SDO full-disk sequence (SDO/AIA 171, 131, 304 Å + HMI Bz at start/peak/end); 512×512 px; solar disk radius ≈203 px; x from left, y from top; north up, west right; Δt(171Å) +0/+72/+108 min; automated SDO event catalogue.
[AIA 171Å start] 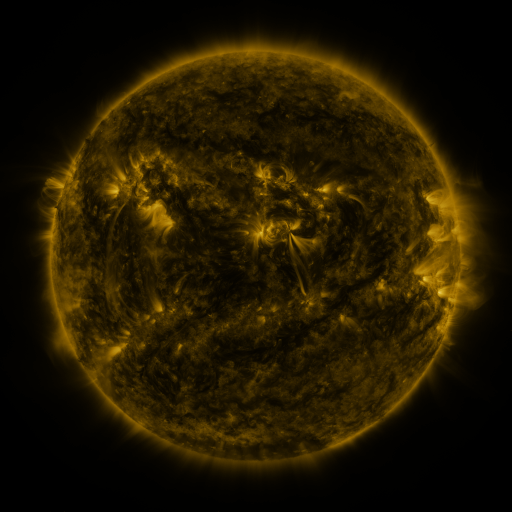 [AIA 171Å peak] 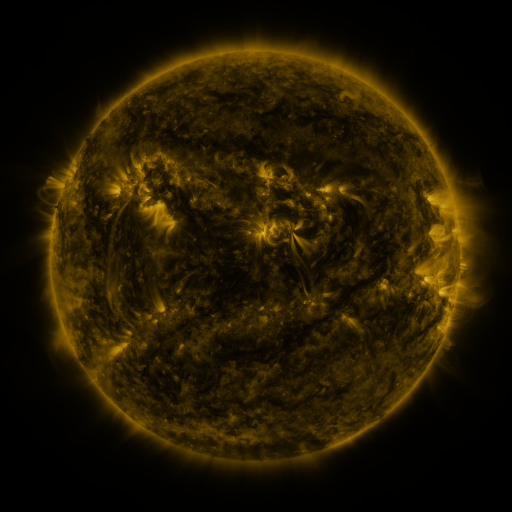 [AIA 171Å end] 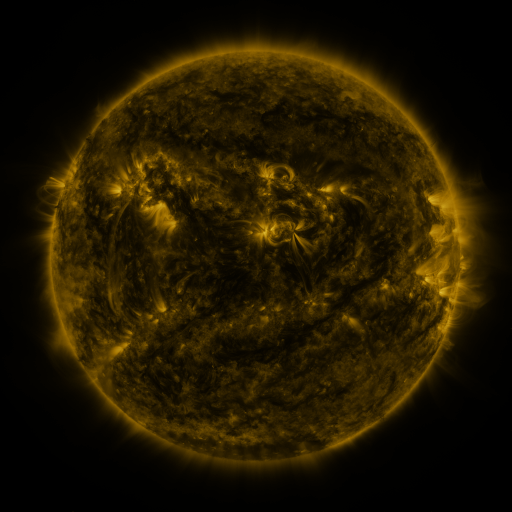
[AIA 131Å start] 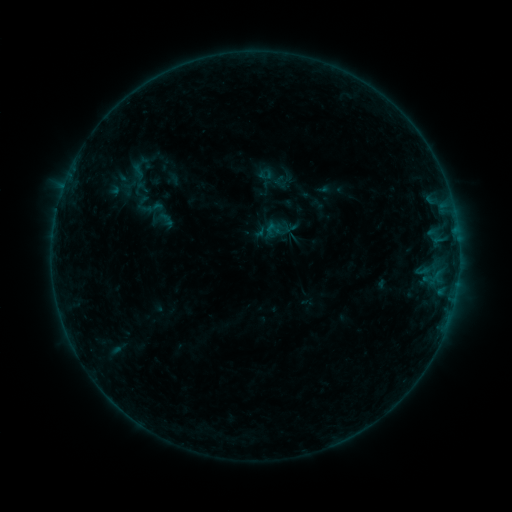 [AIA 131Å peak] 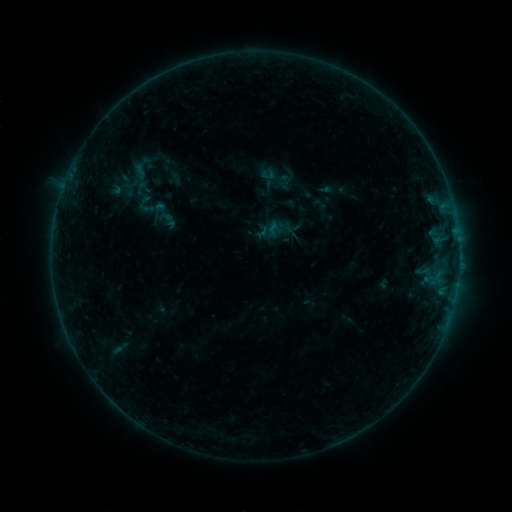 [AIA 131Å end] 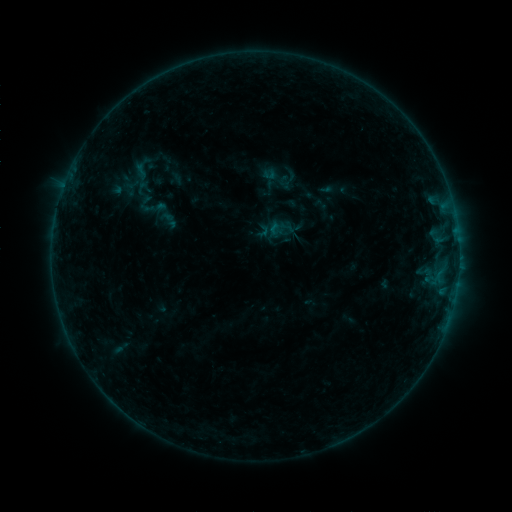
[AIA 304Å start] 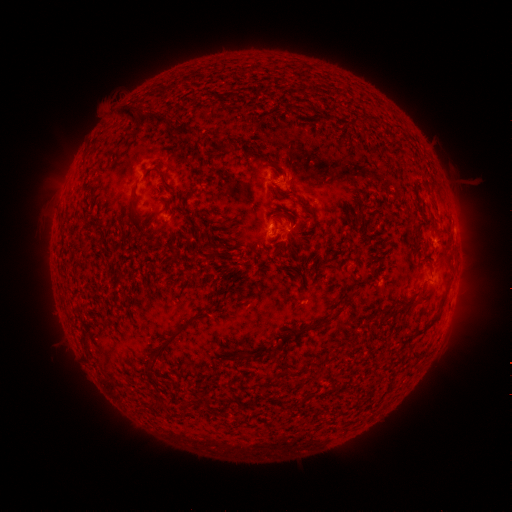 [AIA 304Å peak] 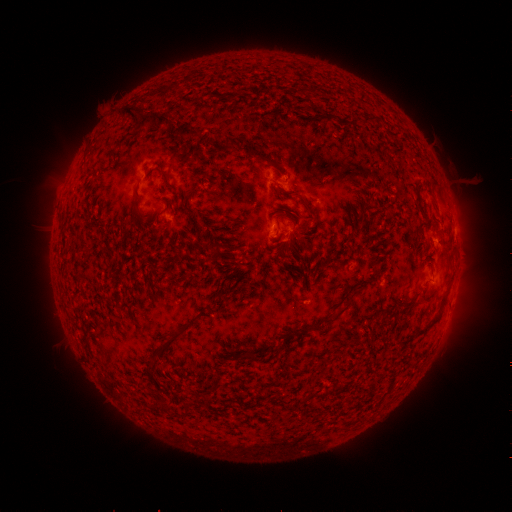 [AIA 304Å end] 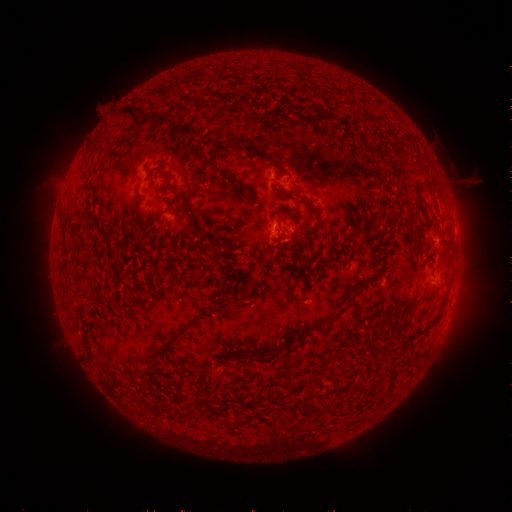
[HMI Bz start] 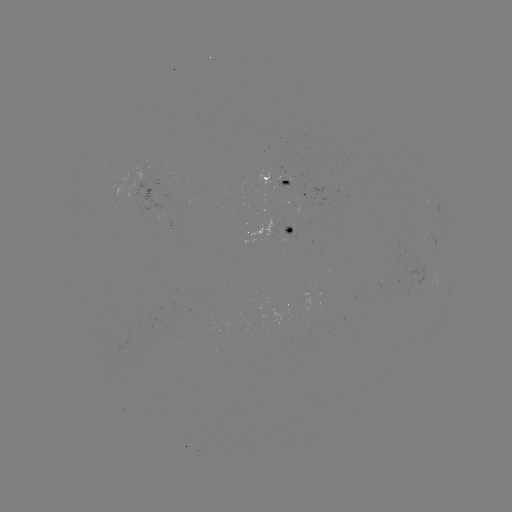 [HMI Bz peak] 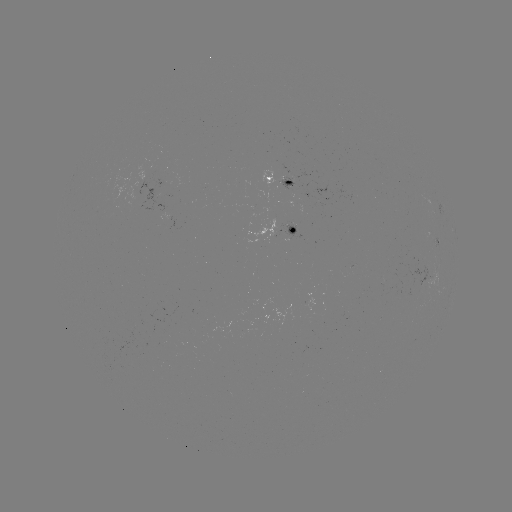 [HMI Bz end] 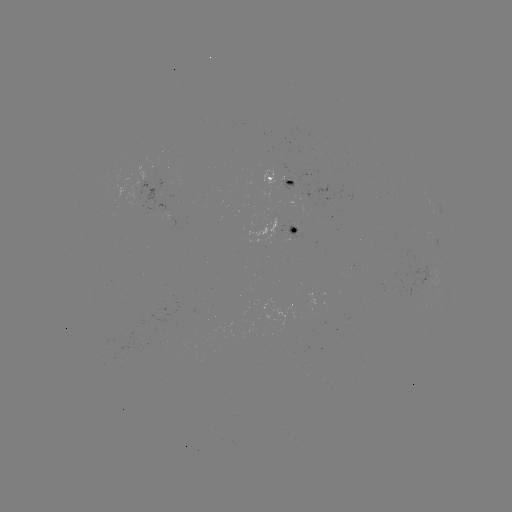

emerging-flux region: <bbox>284, 223, 297, 240</bbox>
